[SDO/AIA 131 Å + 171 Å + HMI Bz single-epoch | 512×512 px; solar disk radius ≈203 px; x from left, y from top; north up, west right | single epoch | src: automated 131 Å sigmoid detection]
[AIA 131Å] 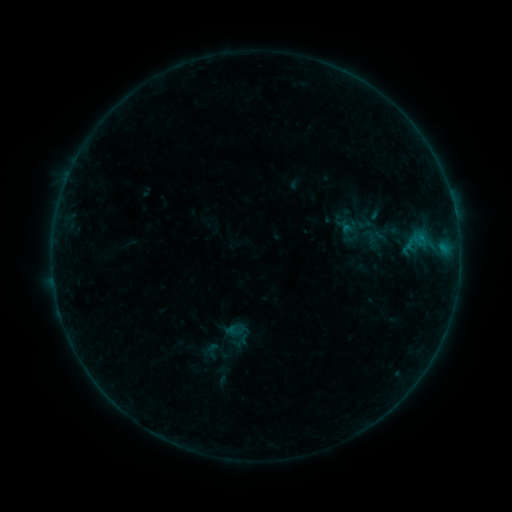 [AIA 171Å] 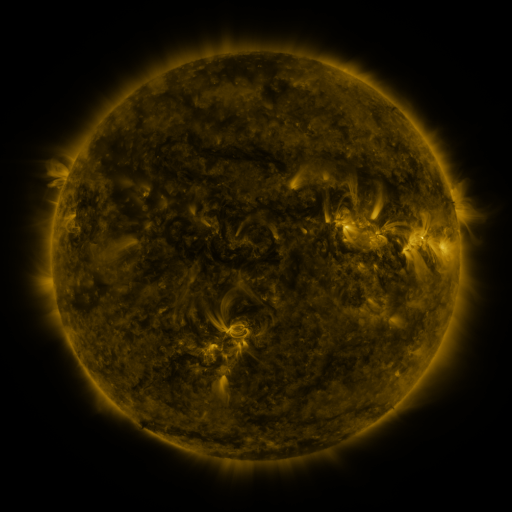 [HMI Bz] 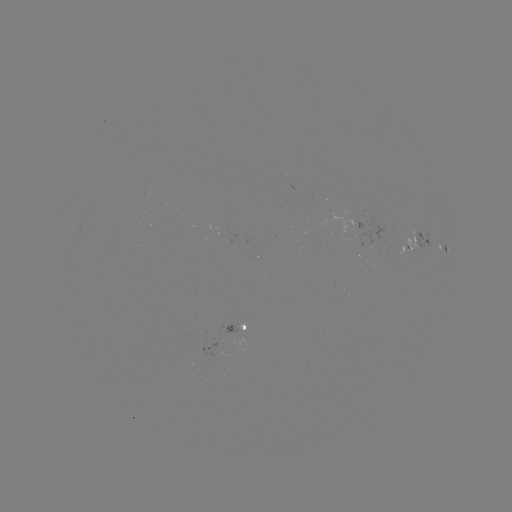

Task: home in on sigmoid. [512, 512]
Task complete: (212, 351).